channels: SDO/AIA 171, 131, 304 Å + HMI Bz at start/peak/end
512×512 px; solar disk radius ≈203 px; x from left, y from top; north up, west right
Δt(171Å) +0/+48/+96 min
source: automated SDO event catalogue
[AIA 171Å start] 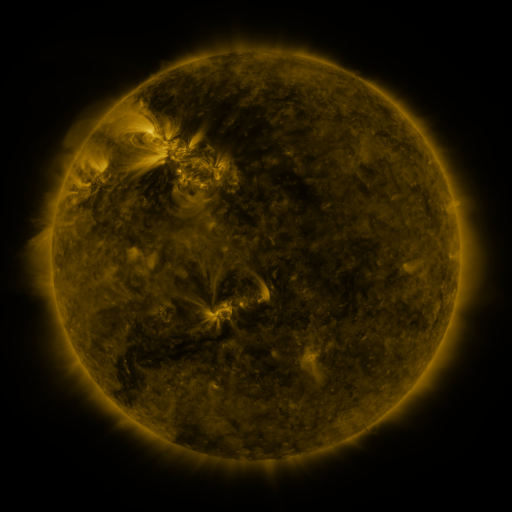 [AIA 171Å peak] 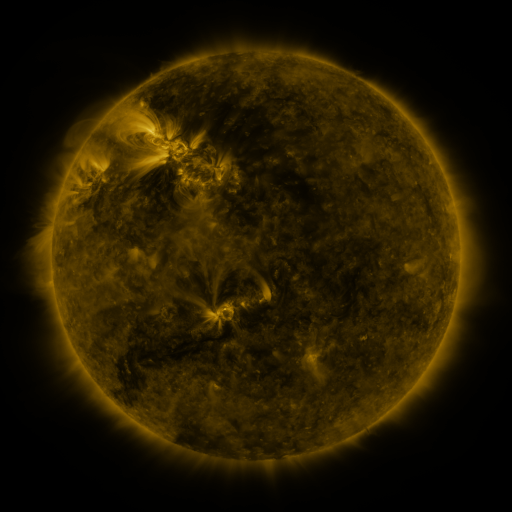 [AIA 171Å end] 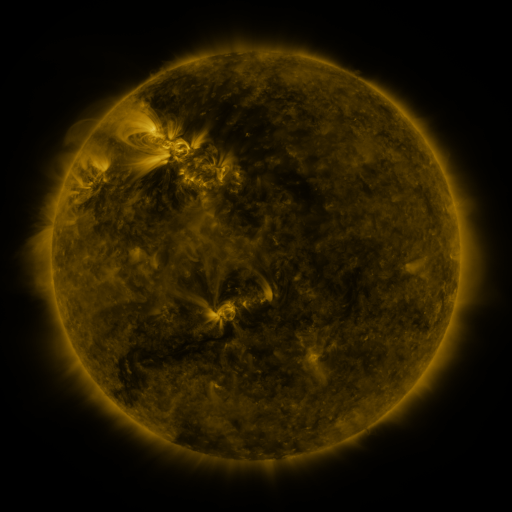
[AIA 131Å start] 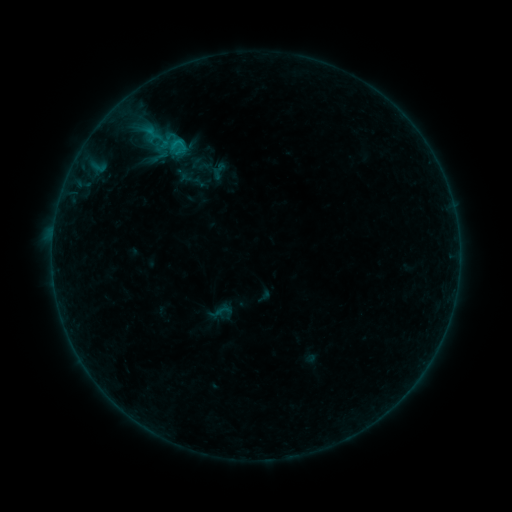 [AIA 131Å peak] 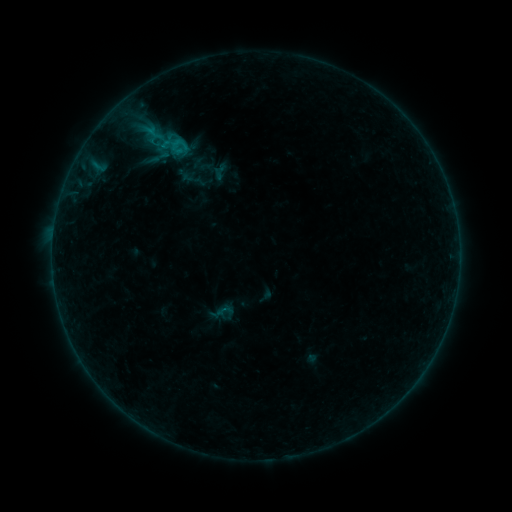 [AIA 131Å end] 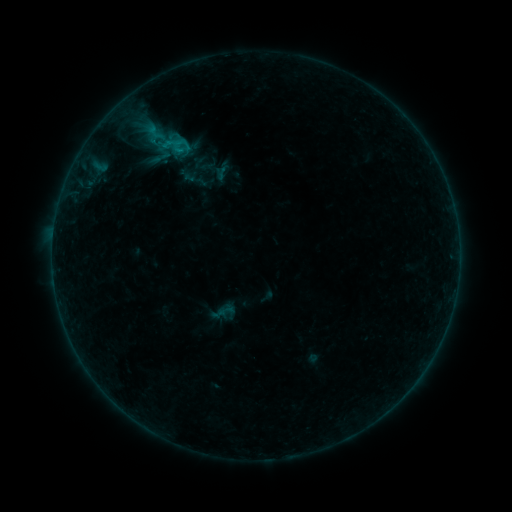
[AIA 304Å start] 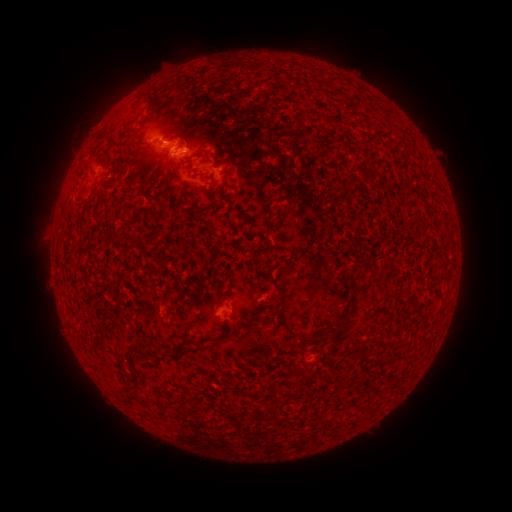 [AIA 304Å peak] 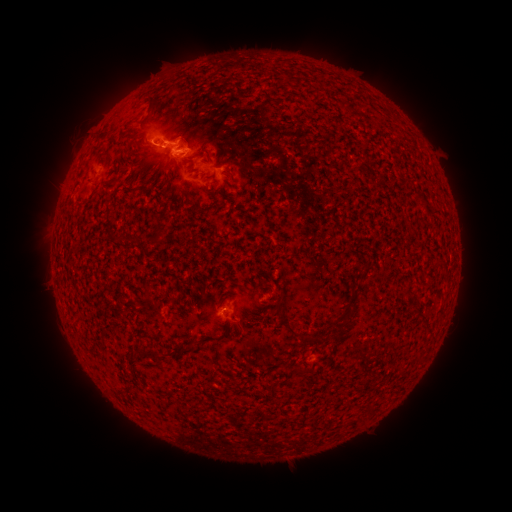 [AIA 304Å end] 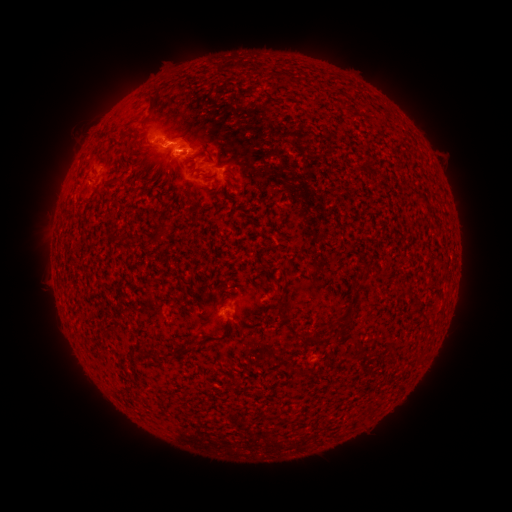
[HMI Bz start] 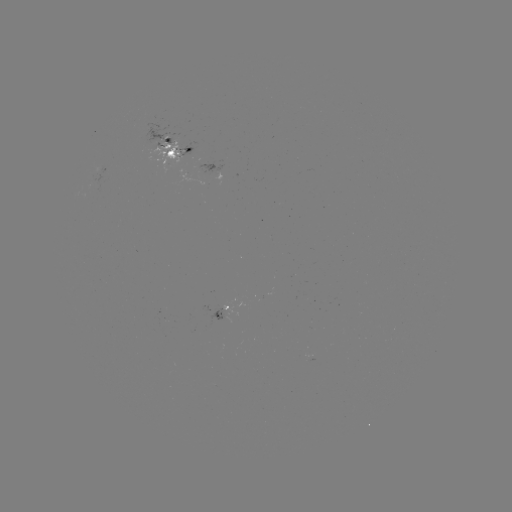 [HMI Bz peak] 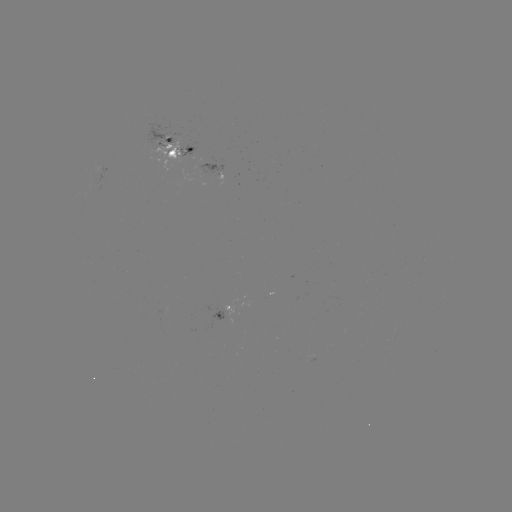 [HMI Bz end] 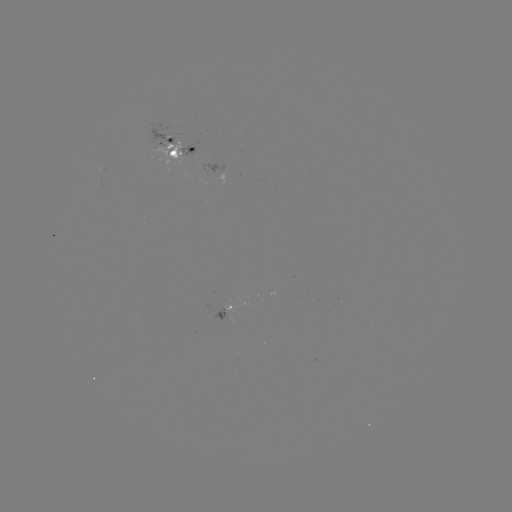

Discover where emerging-flux region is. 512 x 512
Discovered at (186, 151).